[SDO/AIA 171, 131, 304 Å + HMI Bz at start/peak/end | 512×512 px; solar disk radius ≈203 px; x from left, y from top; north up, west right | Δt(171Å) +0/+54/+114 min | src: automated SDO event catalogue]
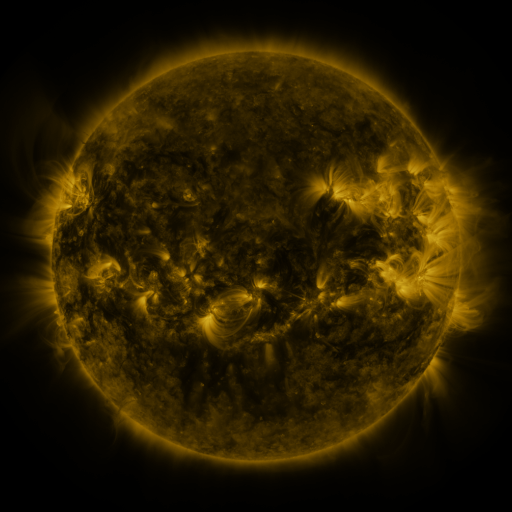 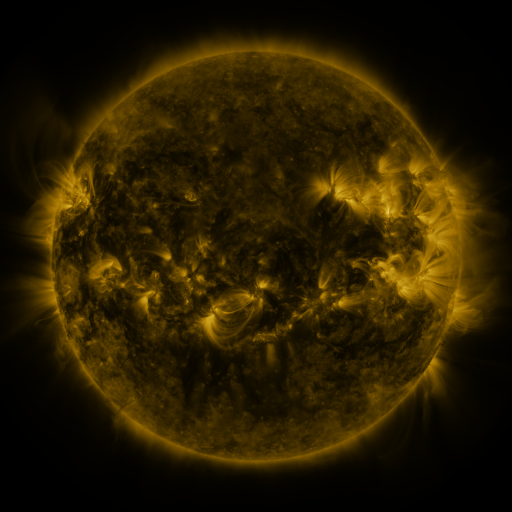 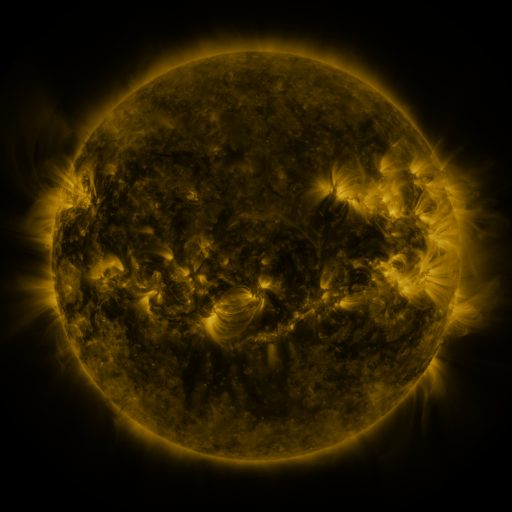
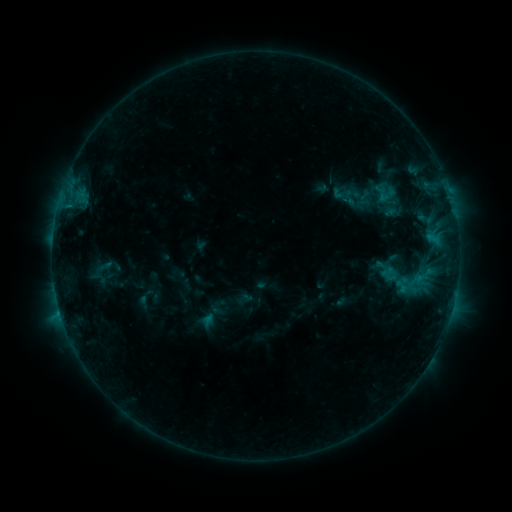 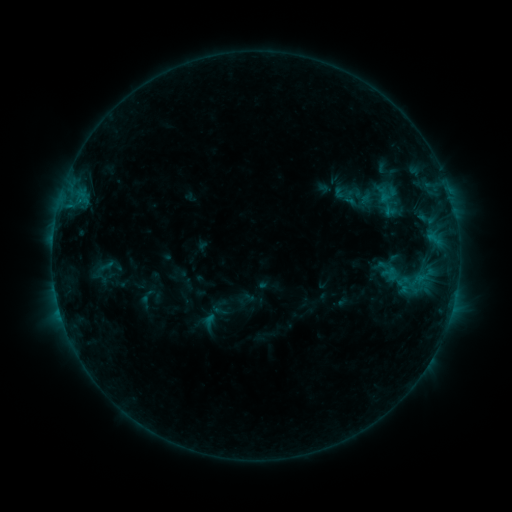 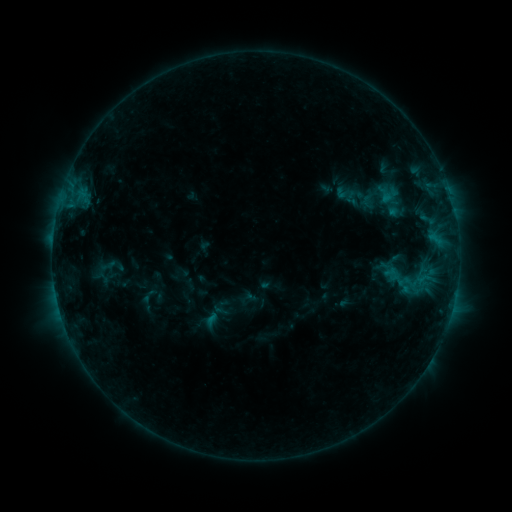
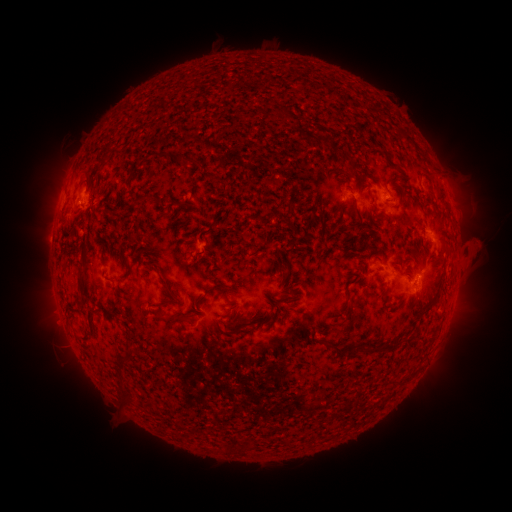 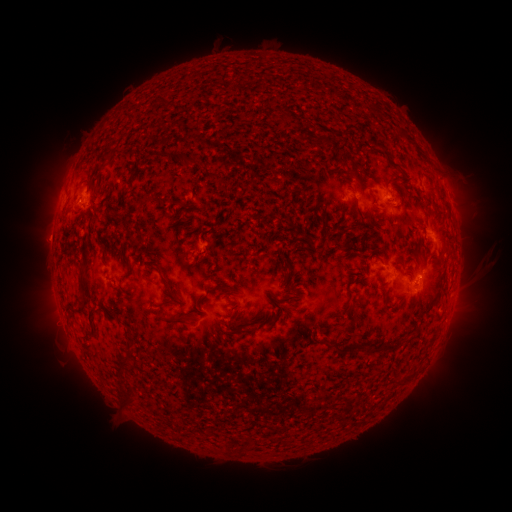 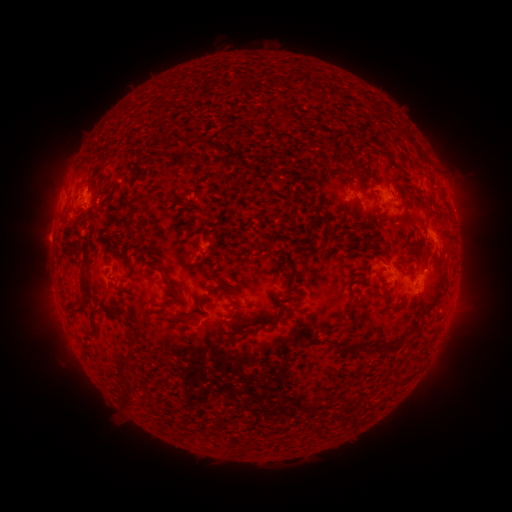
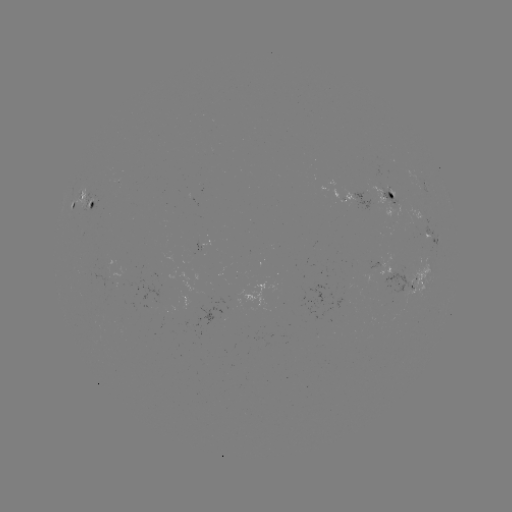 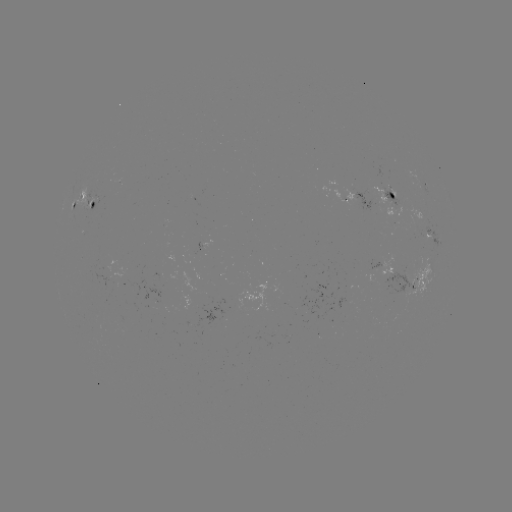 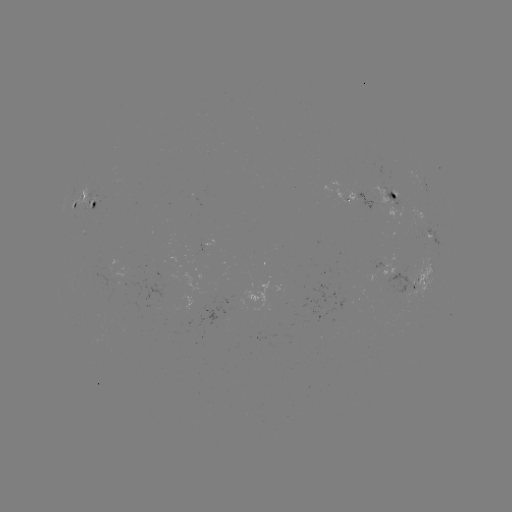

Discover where filament eruption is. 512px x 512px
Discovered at [482, 250].